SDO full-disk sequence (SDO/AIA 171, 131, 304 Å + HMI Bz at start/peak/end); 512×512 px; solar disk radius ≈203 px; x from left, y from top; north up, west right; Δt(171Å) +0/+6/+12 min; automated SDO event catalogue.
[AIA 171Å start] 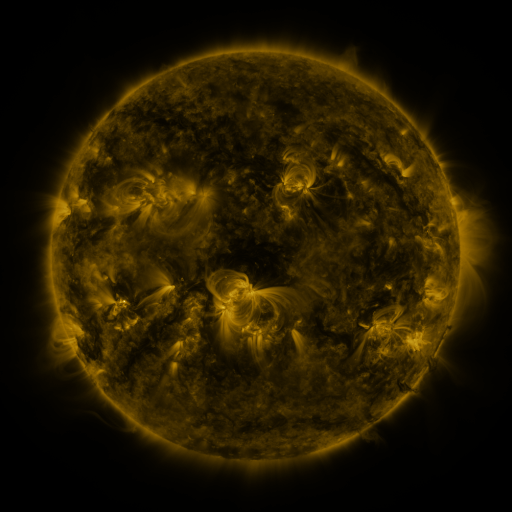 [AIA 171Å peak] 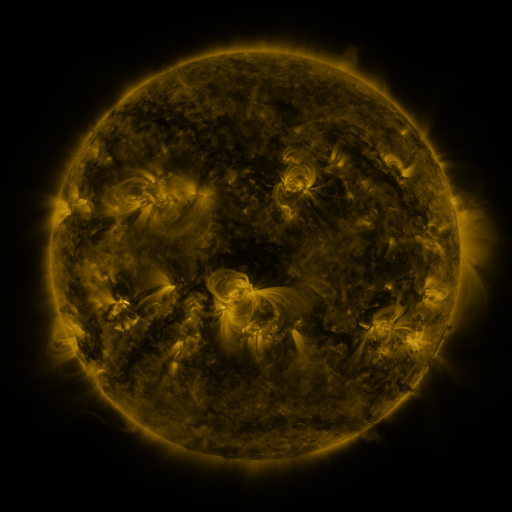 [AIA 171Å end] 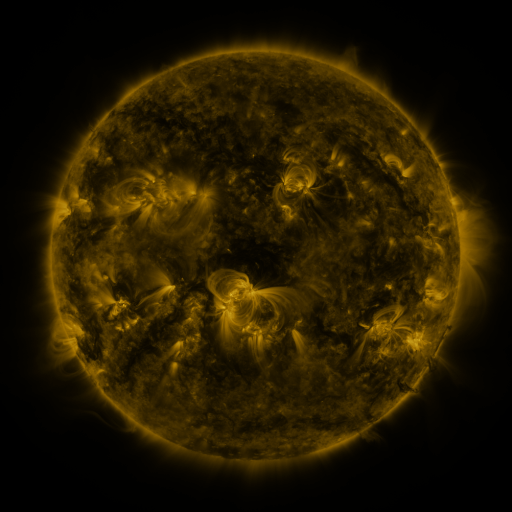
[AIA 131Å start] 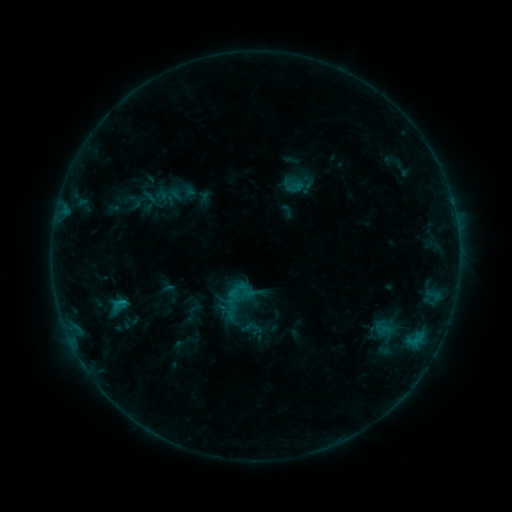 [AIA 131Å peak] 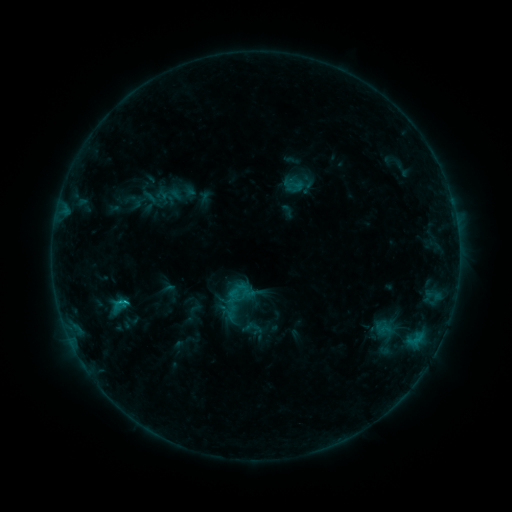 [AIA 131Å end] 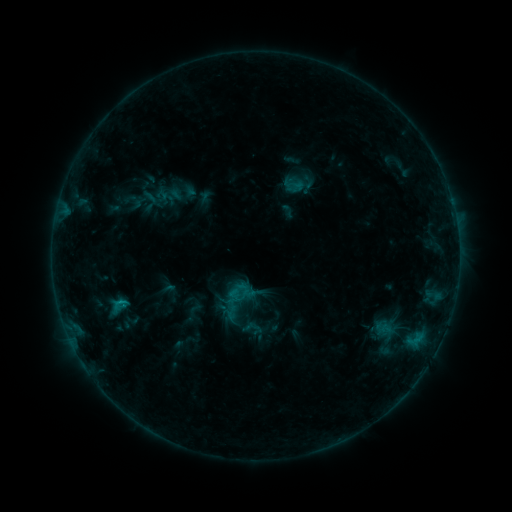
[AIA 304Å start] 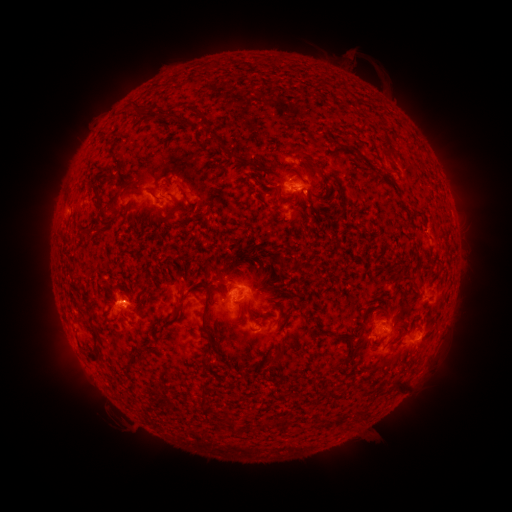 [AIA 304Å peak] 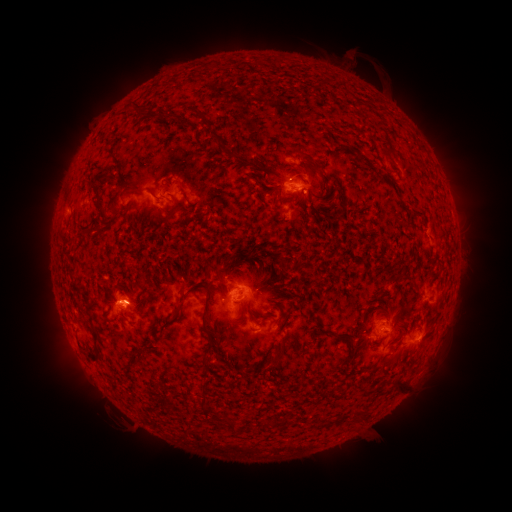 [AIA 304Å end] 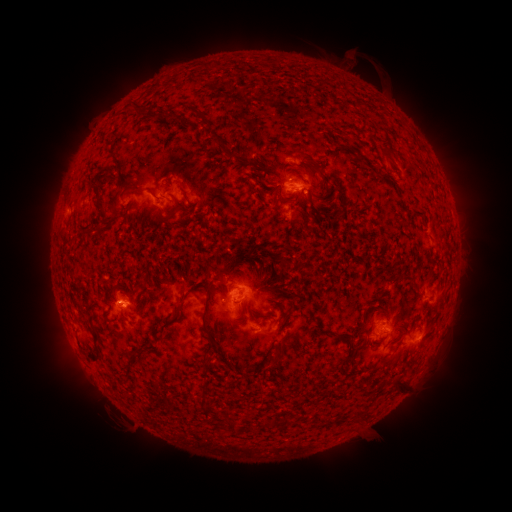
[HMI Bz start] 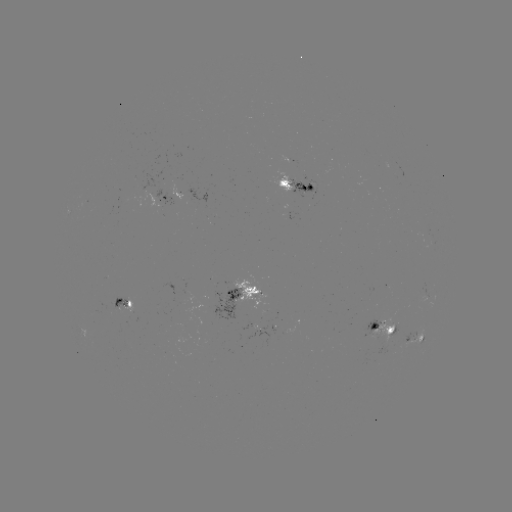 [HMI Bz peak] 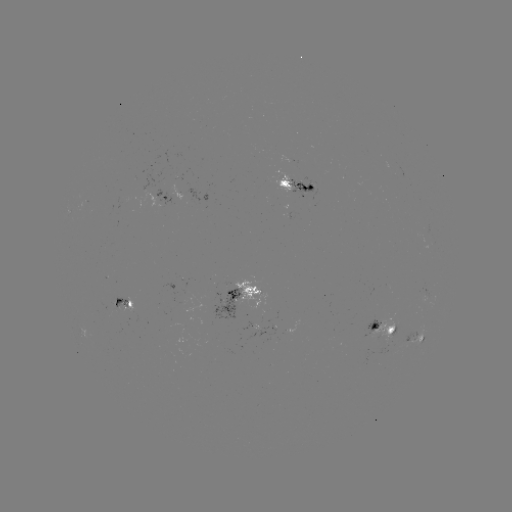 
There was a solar flare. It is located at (128, 302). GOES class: C1.0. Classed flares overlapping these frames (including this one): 1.